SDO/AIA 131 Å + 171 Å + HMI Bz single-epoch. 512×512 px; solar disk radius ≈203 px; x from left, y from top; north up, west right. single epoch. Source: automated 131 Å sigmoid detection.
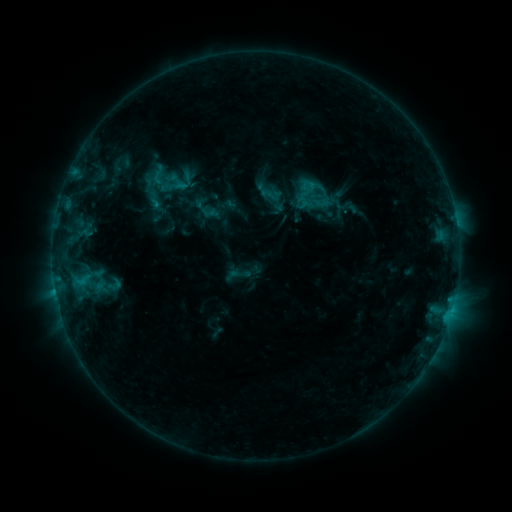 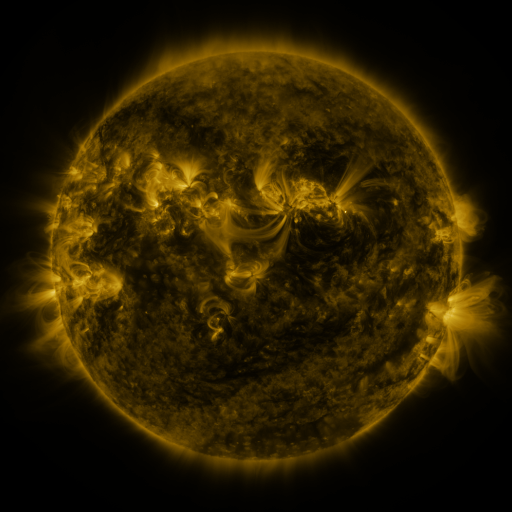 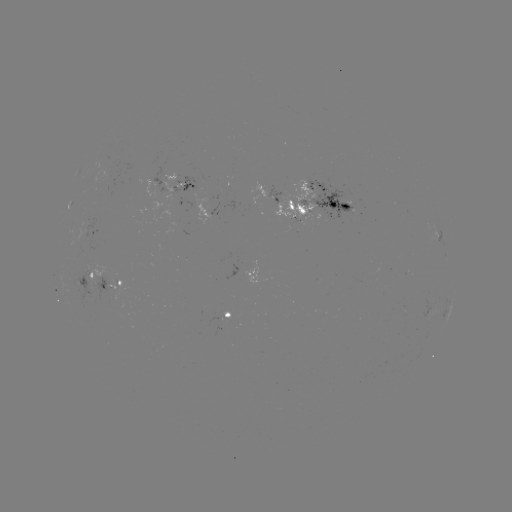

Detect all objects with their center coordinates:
sigmoid: (309, 185)
sigmoid: (114, 285)
